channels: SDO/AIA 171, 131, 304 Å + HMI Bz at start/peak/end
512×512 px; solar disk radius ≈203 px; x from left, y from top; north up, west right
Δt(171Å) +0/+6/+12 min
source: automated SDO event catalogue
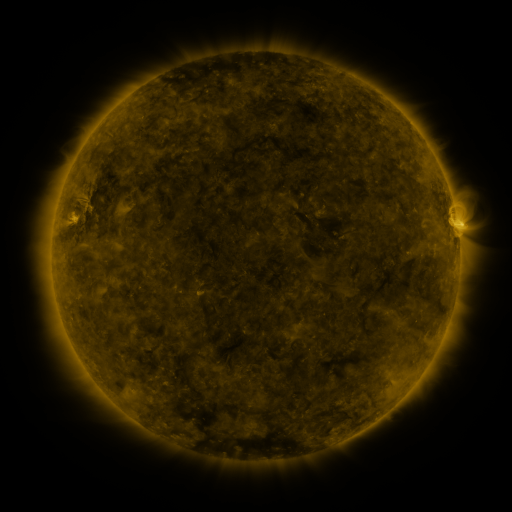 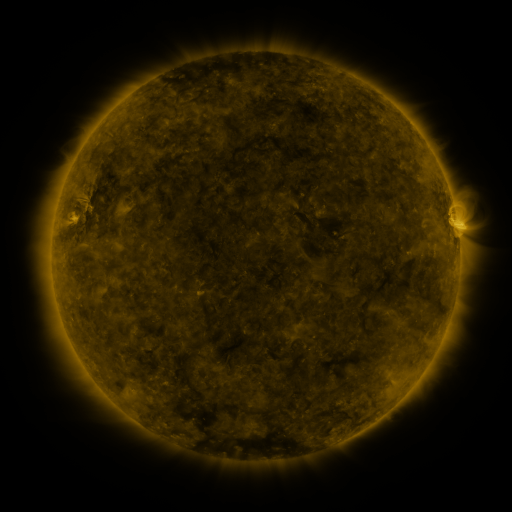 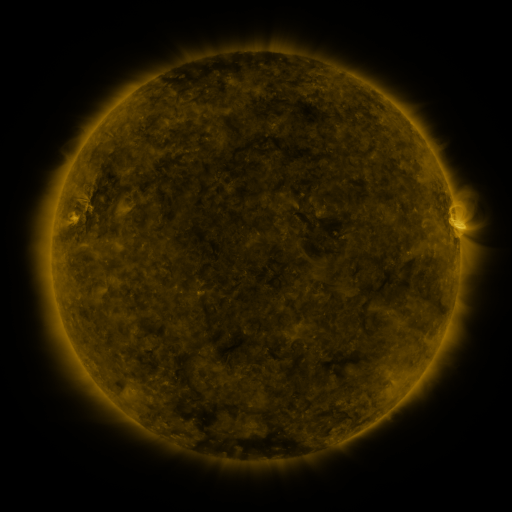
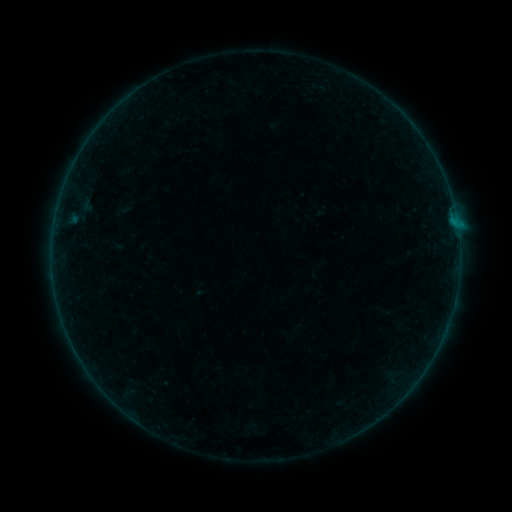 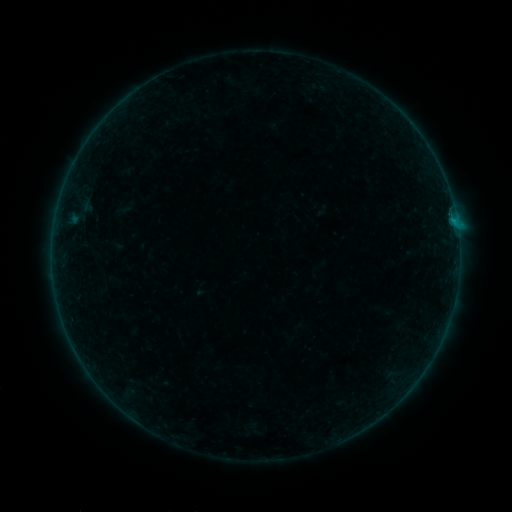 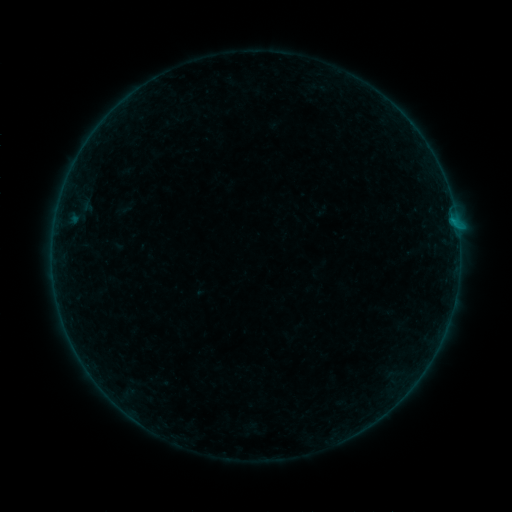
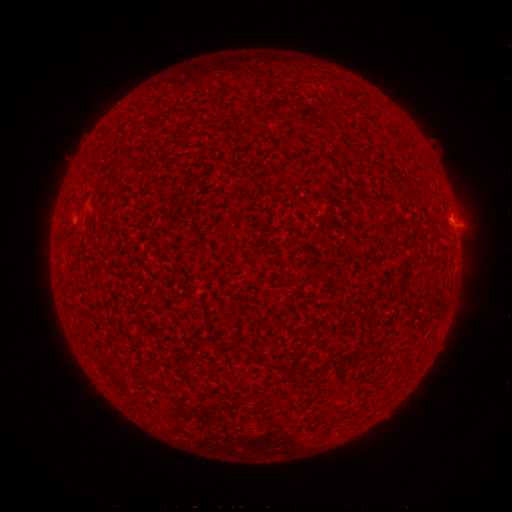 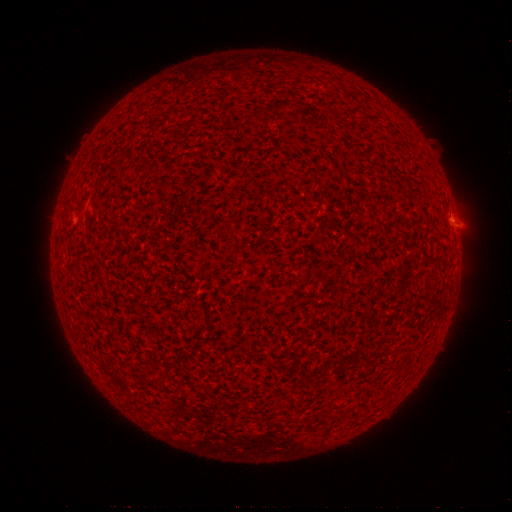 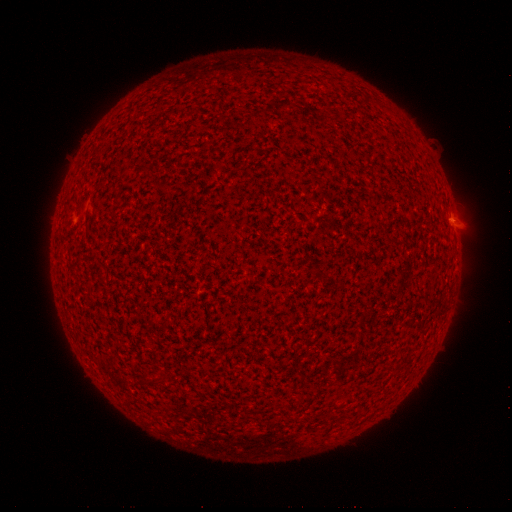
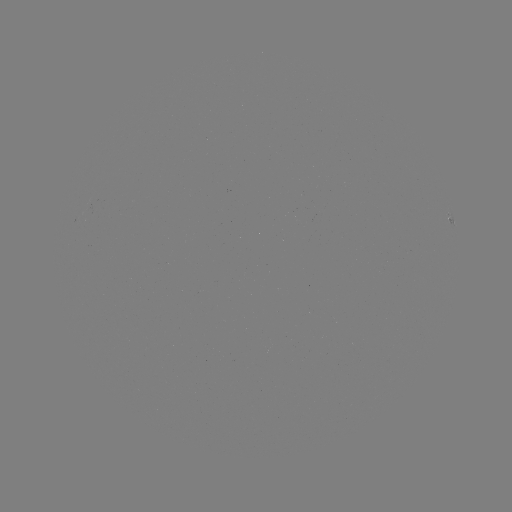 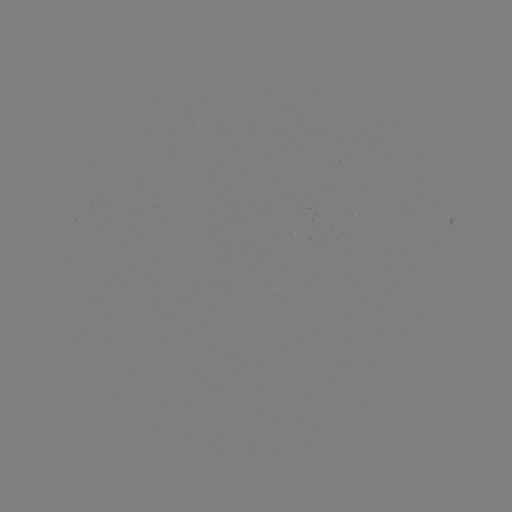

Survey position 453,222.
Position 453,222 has B1.4 flare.